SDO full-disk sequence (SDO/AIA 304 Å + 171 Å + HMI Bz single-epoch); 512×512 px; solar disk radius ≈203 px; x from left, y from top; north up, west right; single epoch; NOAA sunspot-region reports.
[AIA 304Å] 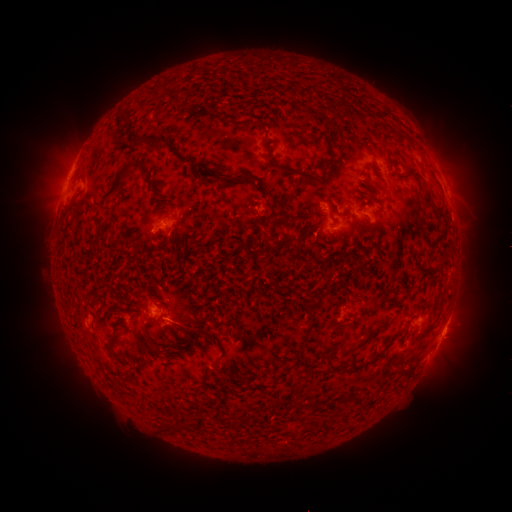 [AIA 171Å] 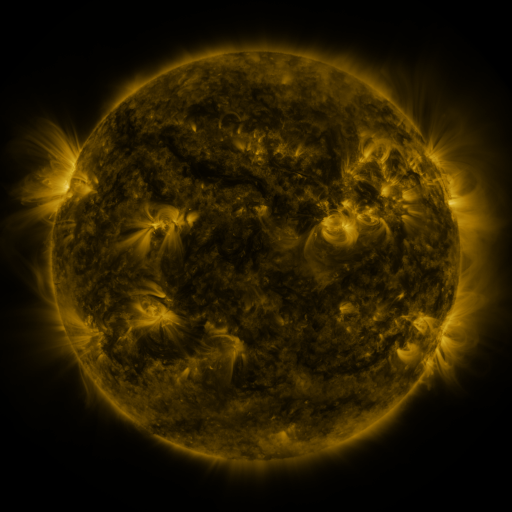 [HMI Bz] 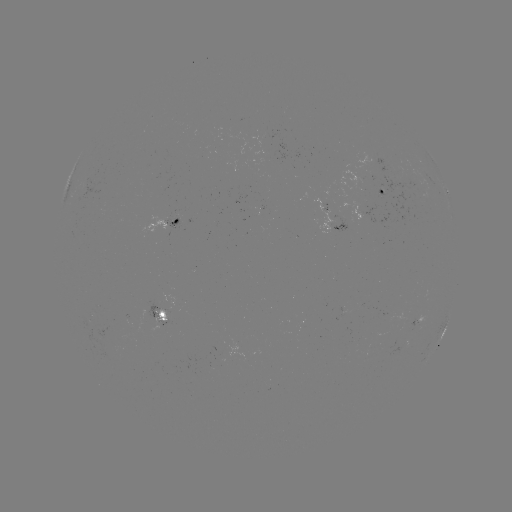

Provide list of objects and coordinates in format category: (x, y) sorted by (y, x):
spotted active region: (380, 191)
spotted active region: (447, 192)
spotted active region: (170, 222)
spotted active region: (331, 226)
spotted active region: (161, 314)
spotted active region: (425, 318)
spotted active region: (441, 338)
